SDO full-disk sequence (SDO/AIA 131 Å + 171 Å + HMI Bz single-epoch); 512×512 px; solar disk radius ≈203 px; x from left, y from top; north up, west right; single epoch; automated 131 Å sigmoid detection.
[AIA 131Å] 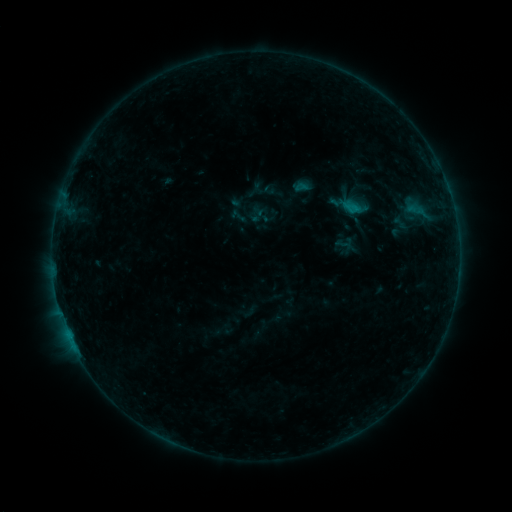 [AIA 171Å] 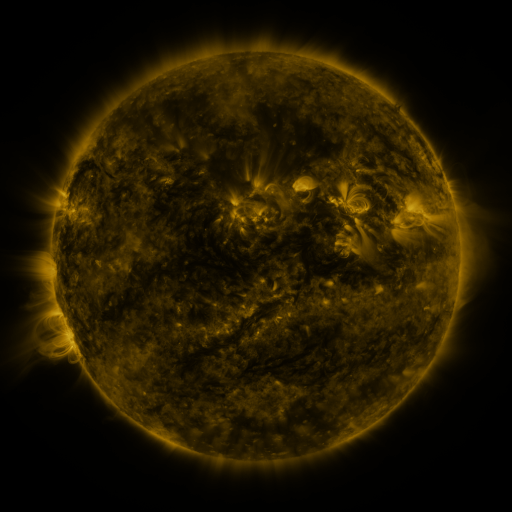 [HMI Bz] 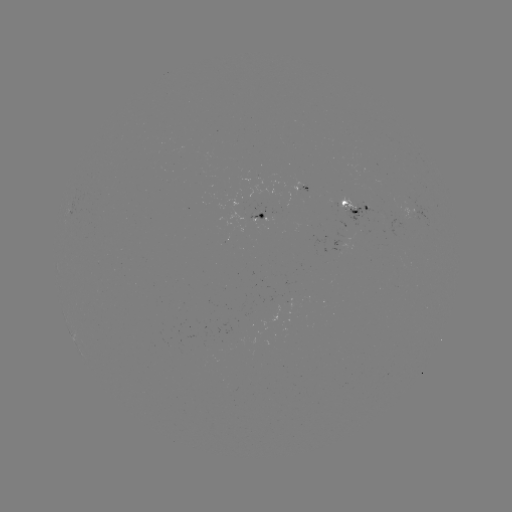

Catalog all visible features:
sigmoid: [390, 211, 409, 233]
